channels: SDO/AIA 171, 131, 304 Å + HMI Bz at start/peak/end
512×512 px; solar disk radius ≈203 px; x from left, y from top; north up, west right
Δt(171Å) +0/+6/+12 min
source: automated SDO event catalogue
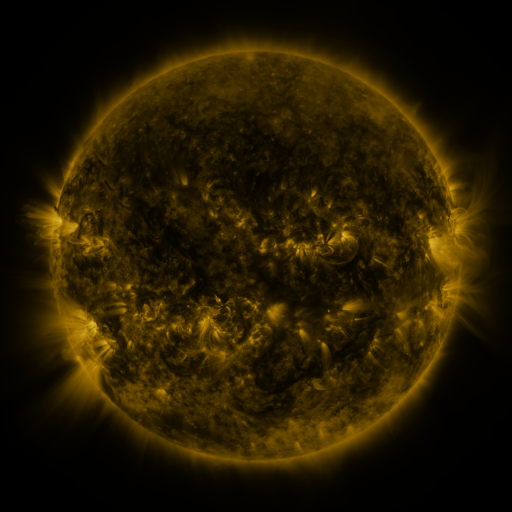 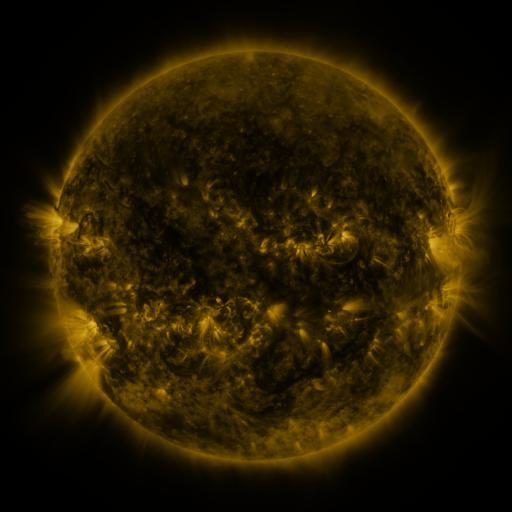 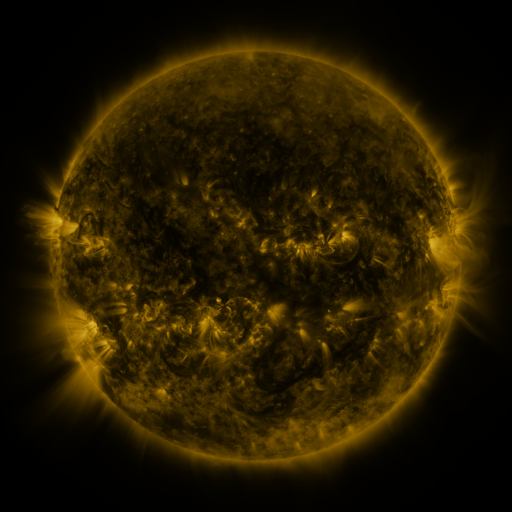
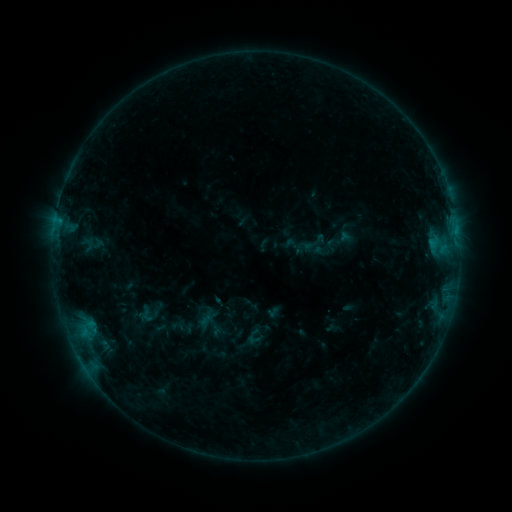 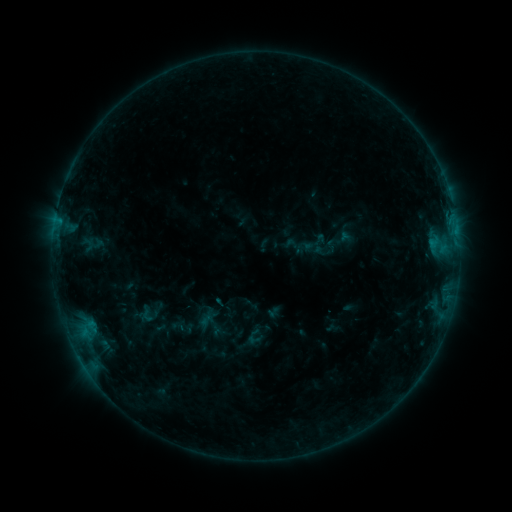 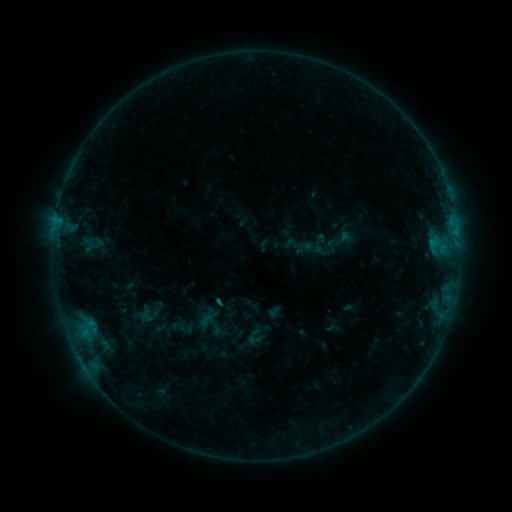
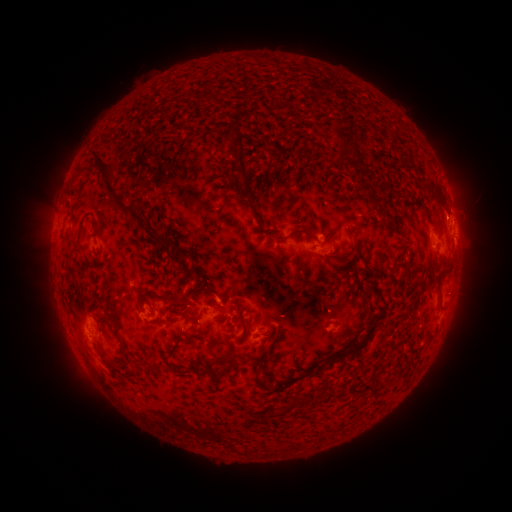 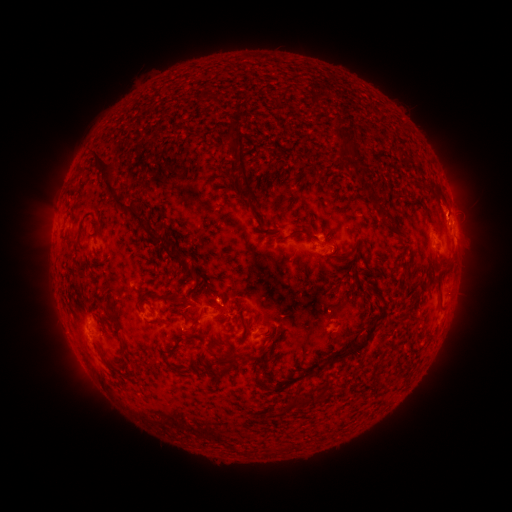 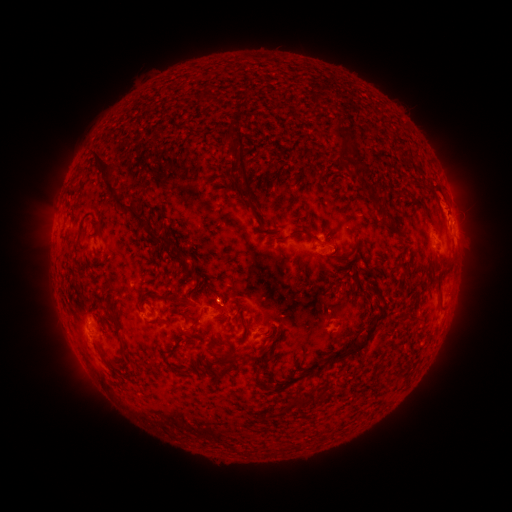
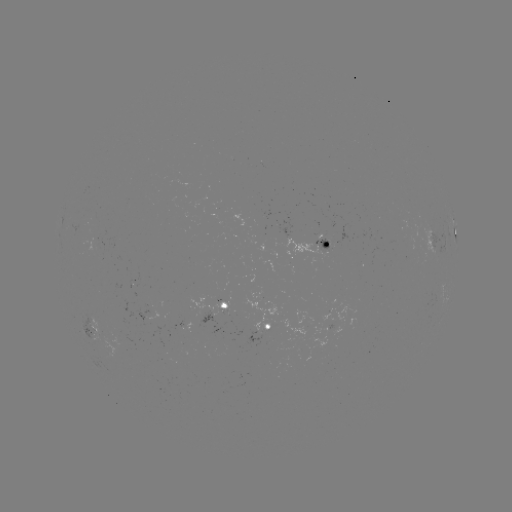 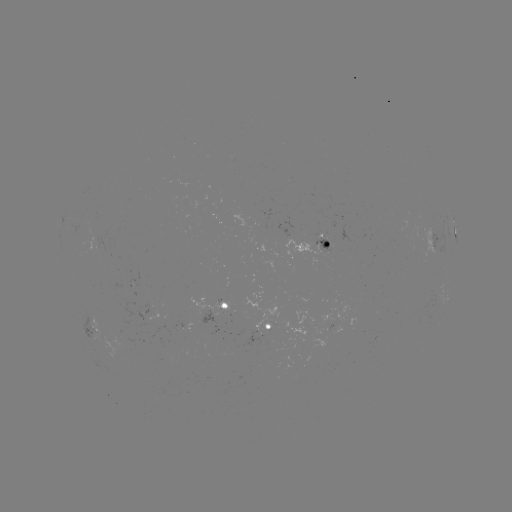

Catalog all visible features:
B5.8 flare: (220, 298)
